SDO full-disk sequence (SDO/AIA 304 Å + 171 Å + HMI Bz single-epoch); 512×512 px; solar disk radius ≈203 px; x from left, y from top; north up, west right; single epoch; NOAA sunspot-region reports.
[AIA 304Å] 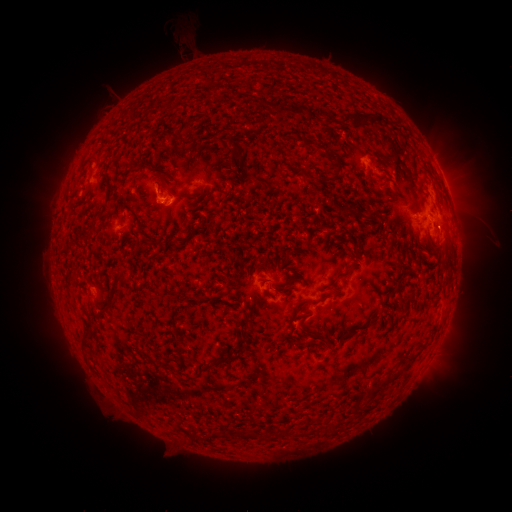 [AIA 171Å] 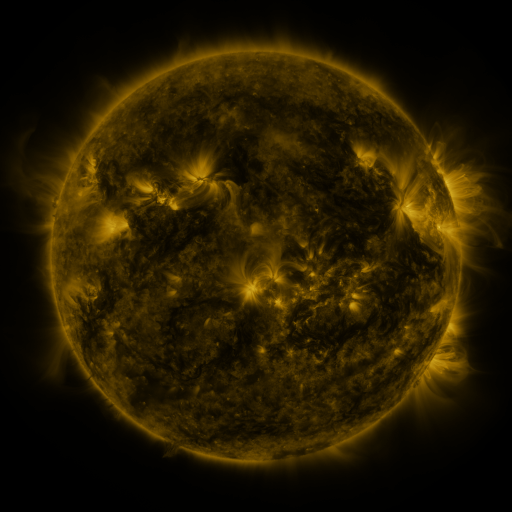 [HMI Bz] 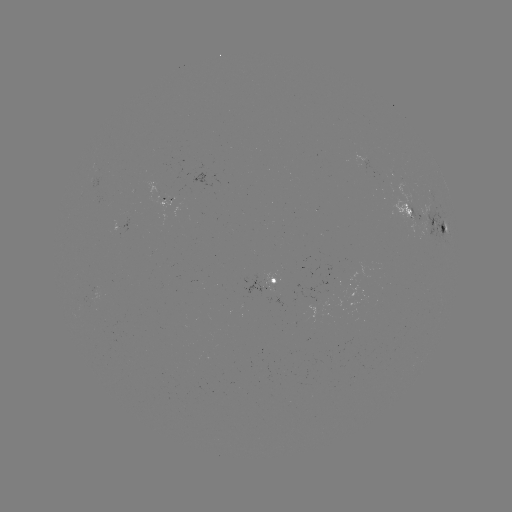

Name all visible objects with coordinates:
spotted active region: (429, 222)
spotted active region: (125, 228)
spotted active region: (273, 281)
